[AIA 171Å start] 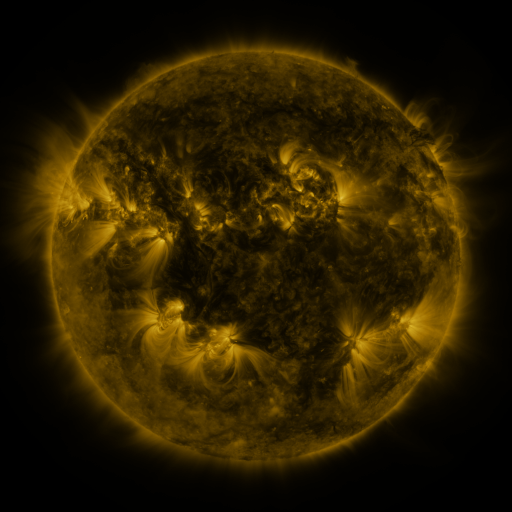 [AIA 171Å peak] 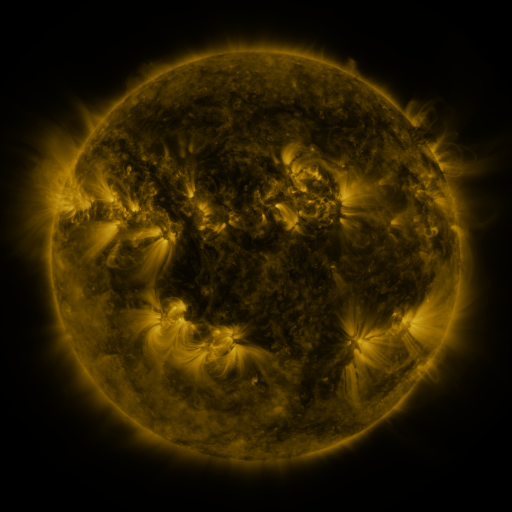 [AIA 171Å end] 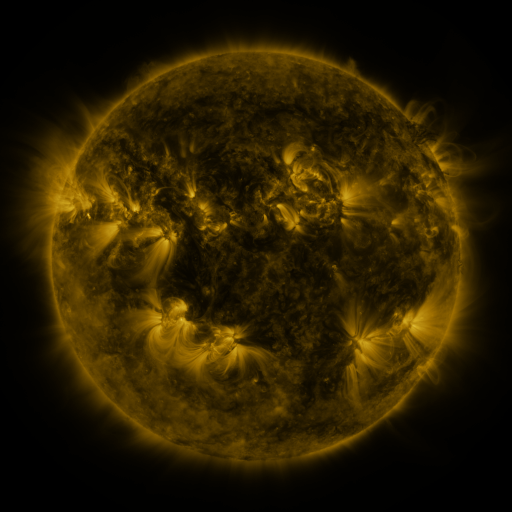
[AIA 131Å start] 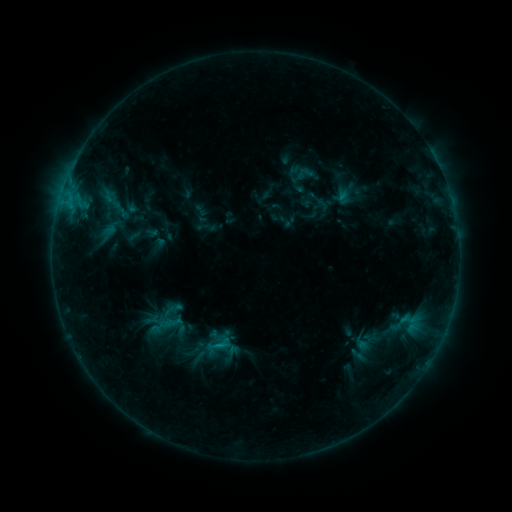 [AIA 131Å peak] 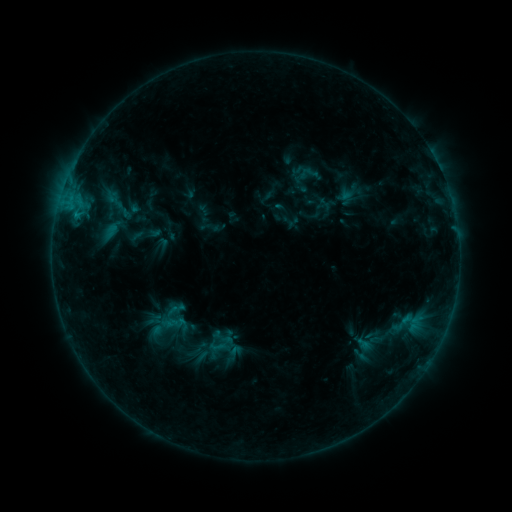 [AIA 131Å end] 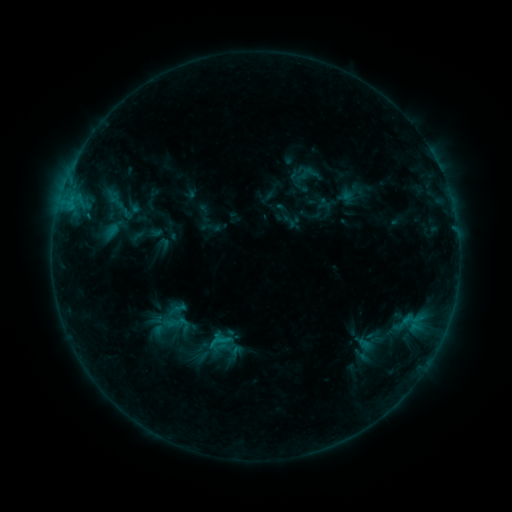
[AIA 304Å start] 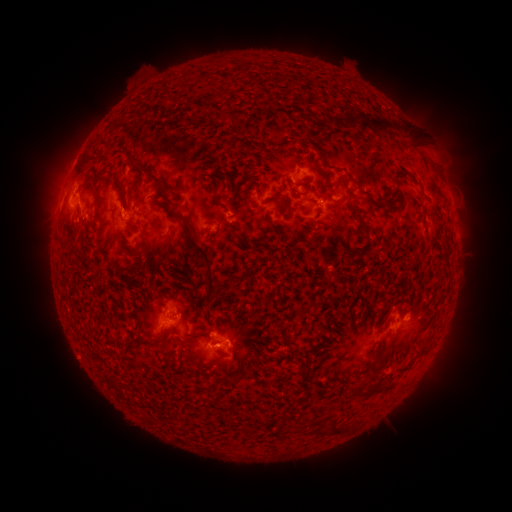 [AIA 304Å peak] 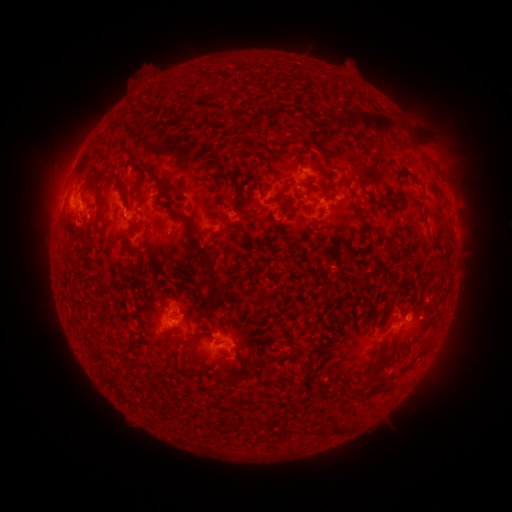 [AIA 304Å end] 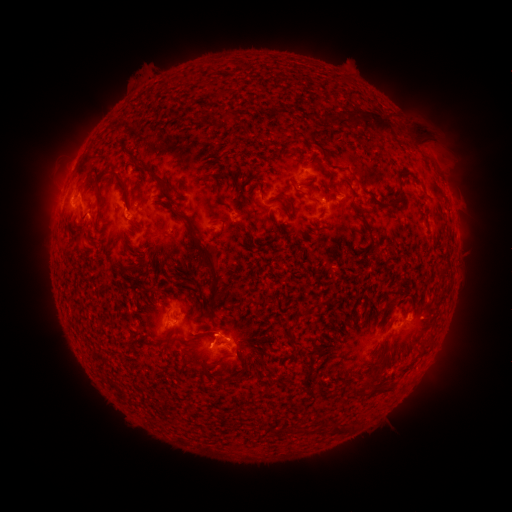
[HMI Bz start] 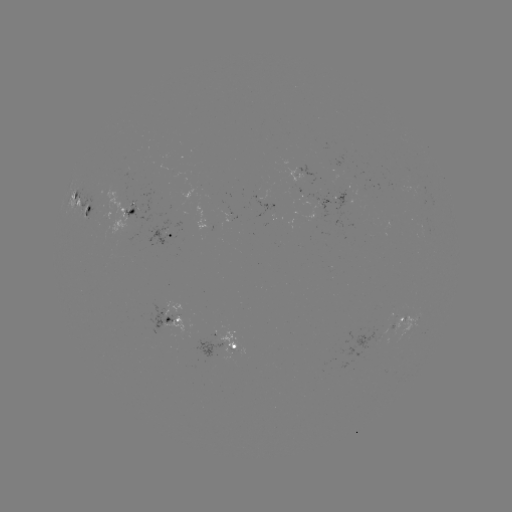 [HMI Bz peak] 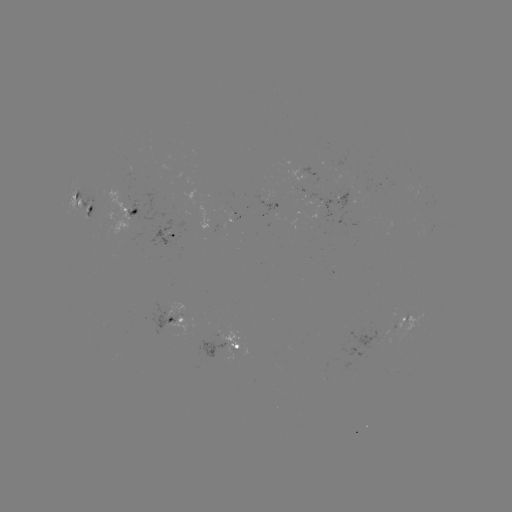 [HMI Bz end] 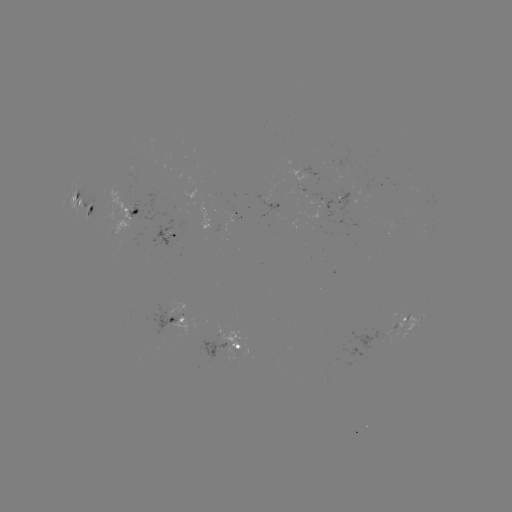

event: emerging-flux region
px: (377, 338)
